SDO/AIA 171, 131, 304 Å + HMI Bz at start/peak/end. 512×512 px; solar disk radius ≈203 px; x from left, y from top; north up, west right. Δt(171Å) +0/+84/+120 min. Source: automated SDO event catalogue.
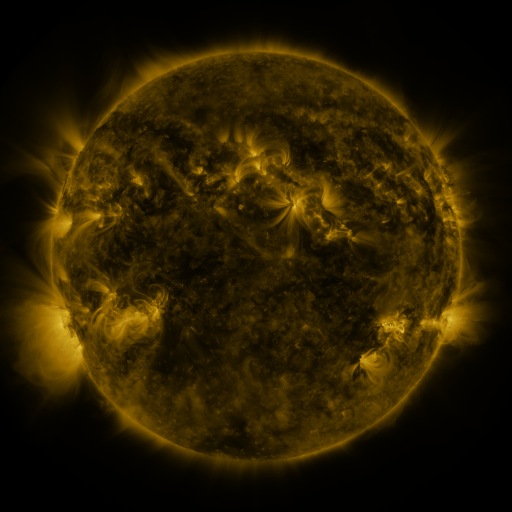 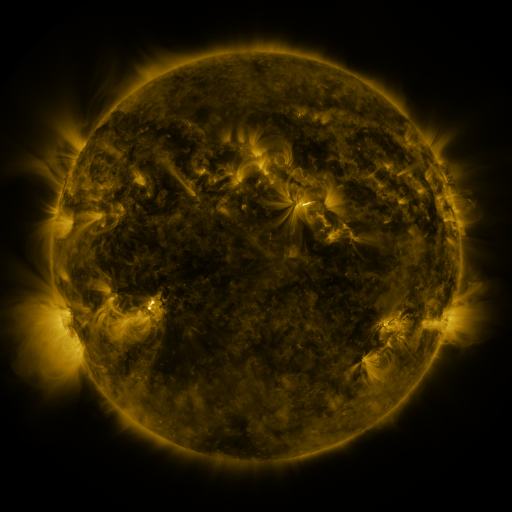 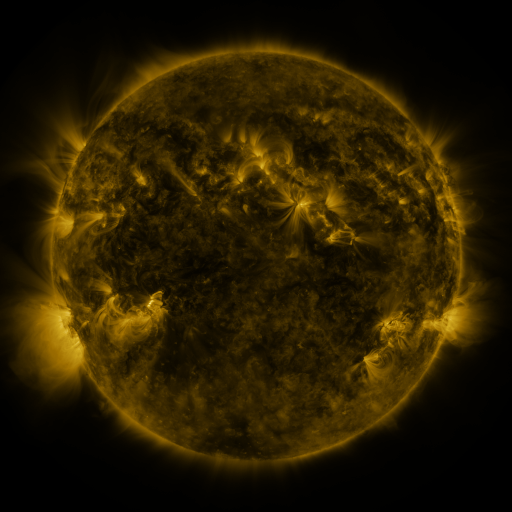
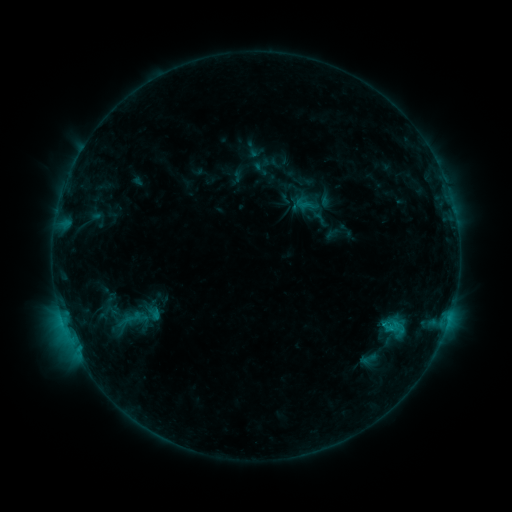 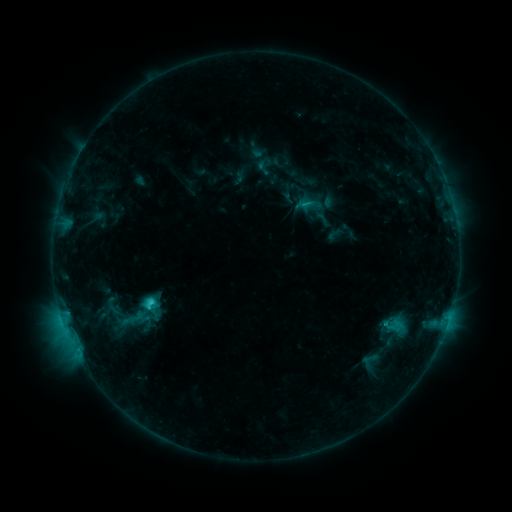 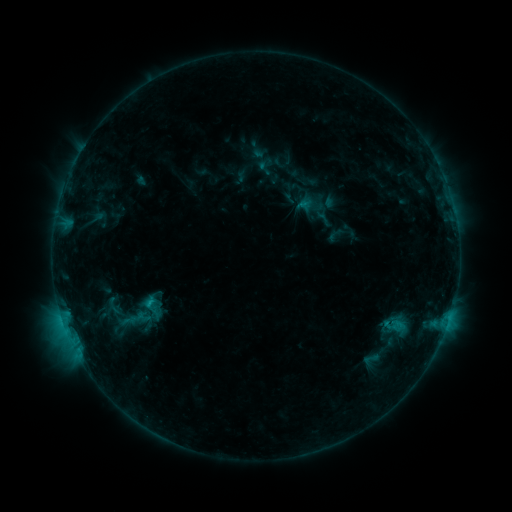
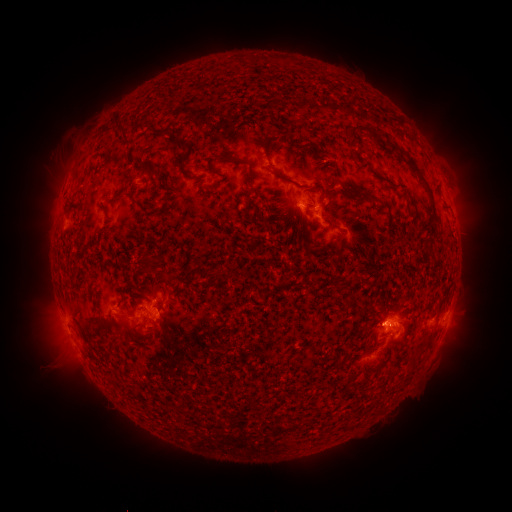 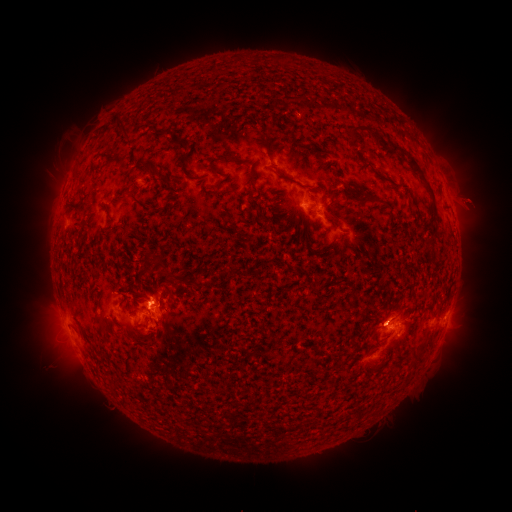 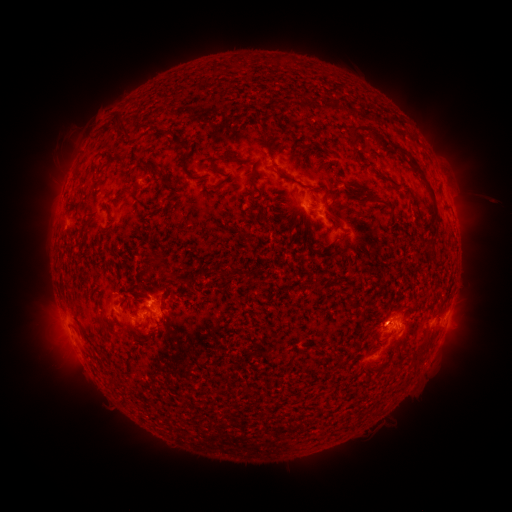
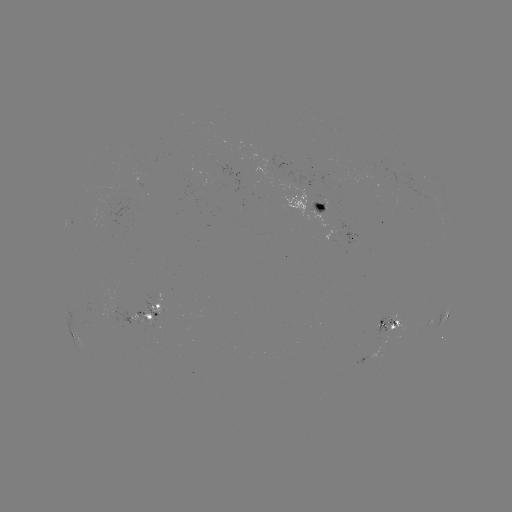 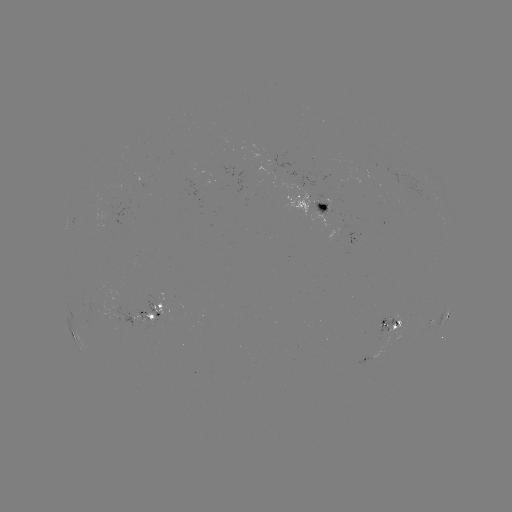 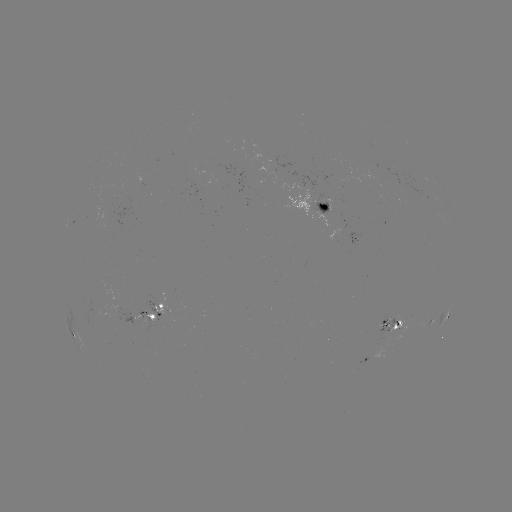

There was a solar emerging-flux region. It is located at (395, 329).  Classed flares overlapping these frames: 1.